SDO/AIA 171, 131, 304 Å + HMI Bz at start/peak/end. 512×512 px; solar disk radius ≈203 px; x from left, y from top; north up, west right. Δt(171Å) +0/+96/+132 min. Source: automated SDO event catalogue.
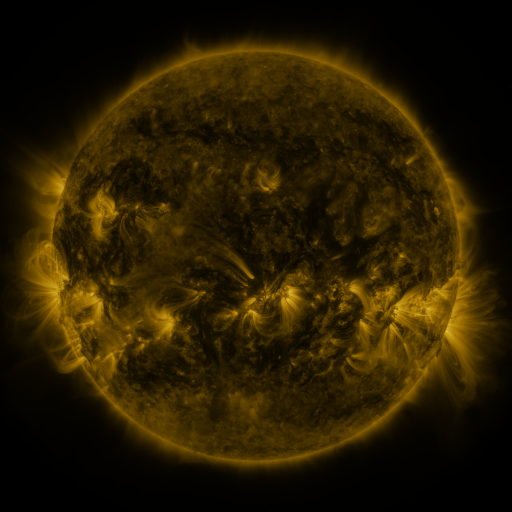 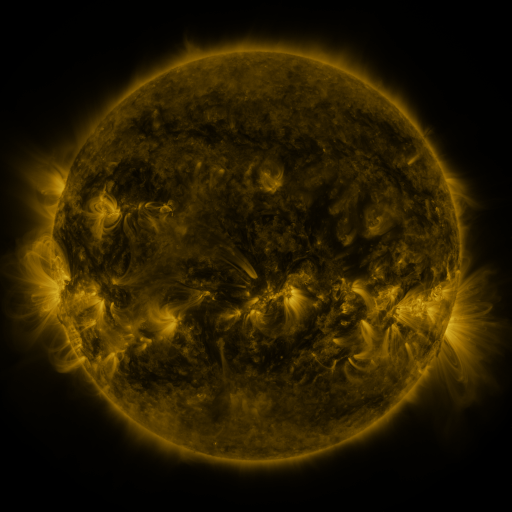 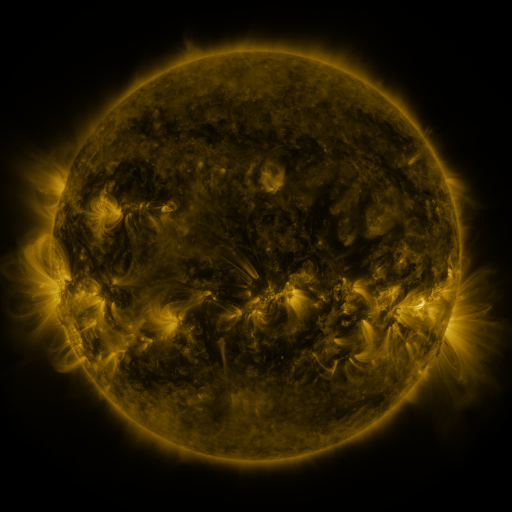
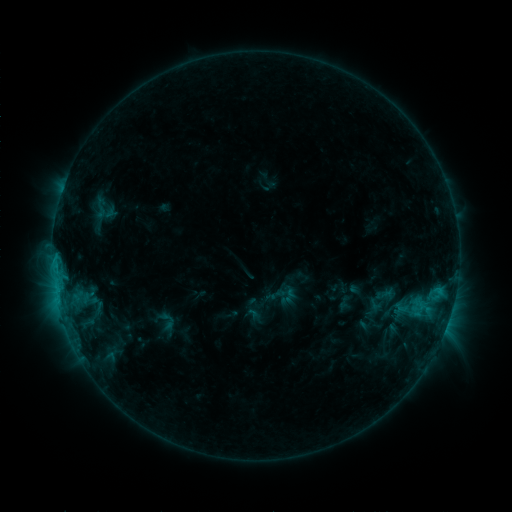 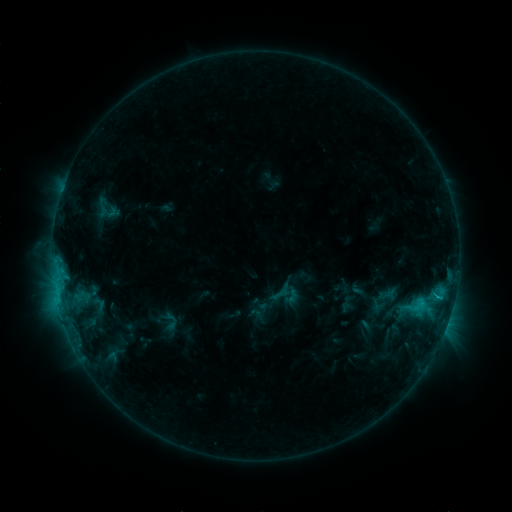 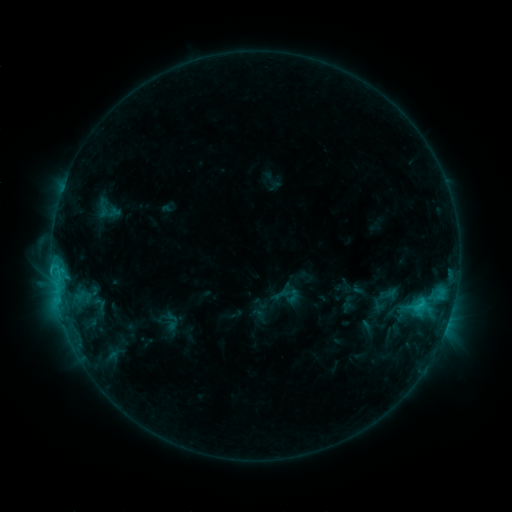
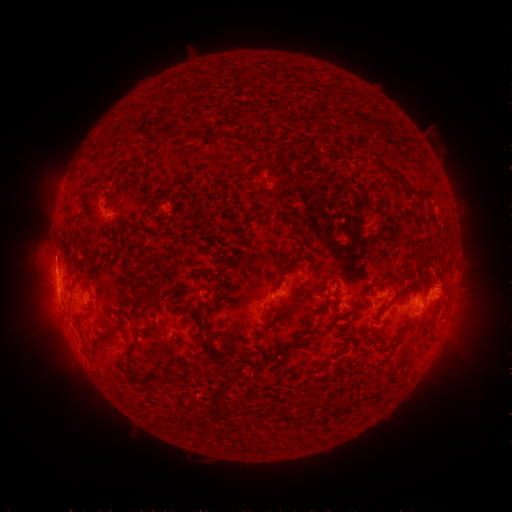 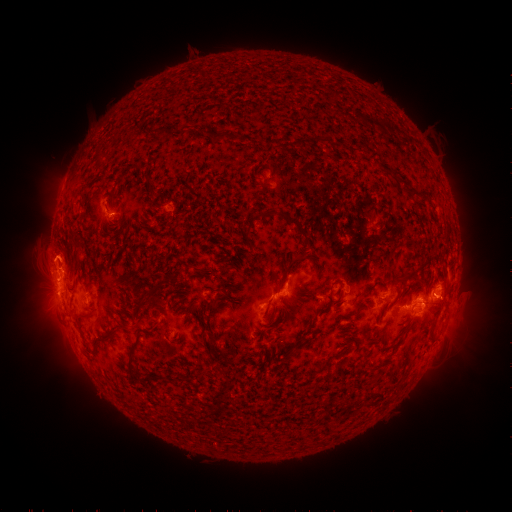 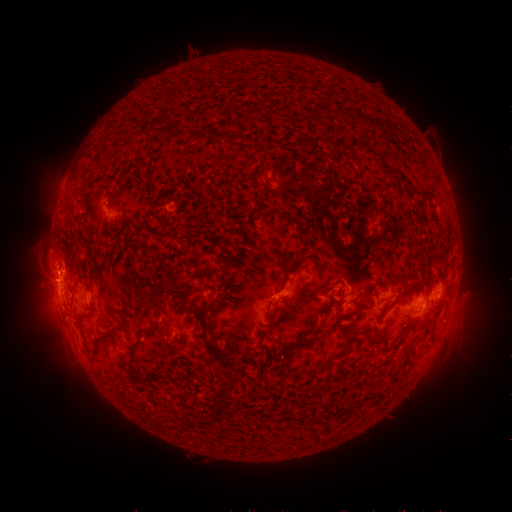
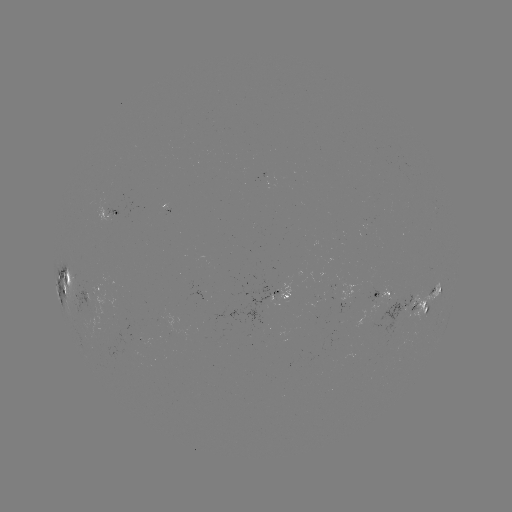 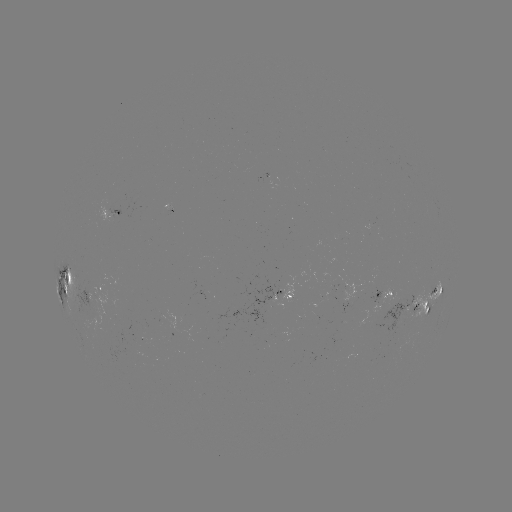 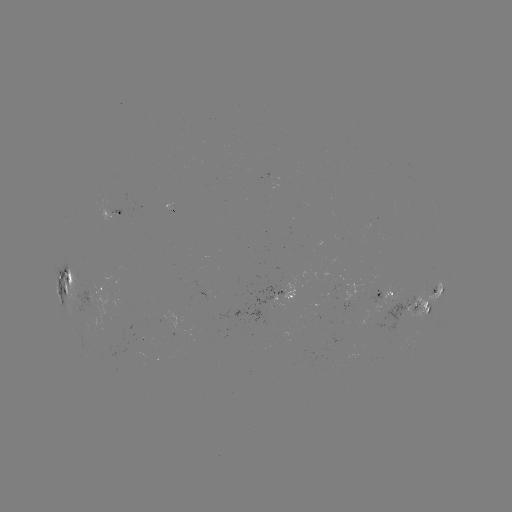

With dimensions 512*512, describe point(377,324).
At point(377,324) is emerging-flux region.